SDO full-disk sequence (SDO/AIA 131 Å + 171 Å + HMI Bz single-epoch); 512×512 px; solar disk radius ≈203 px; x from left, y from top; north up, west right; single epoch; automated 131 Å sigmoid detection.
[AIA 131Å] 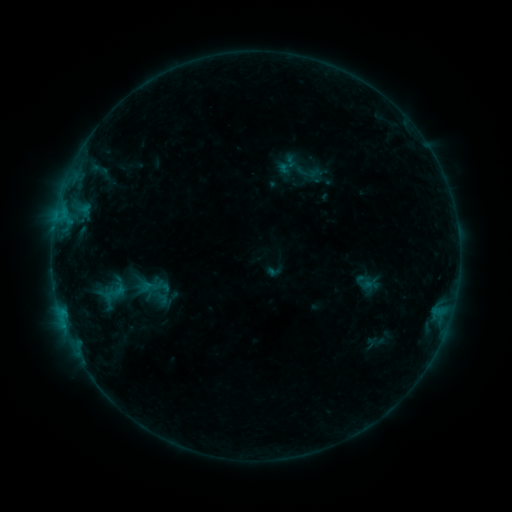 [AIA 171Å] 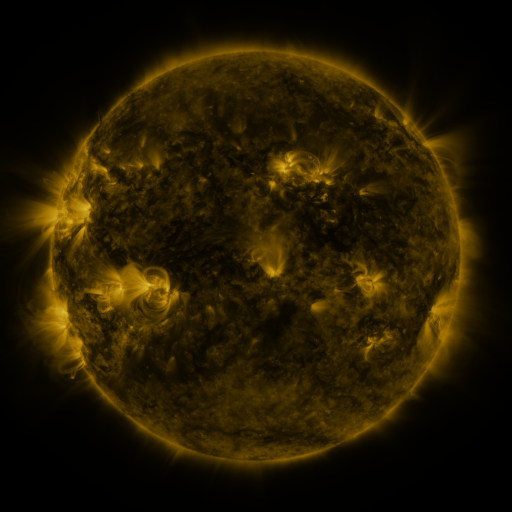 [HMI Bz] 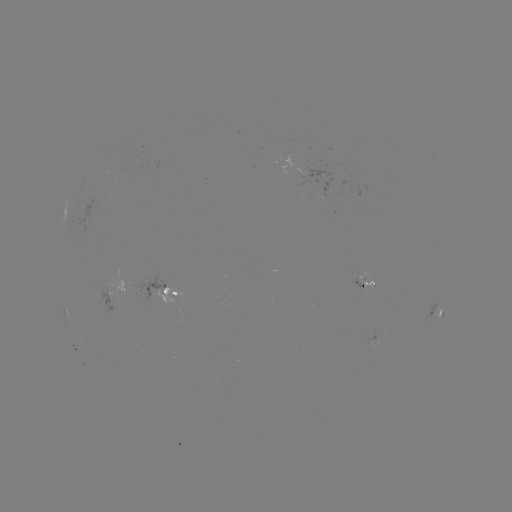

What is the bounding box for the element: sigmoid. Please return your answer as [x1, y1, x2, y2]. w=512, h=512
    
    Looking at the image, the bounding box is [96, 278, 133, 306].